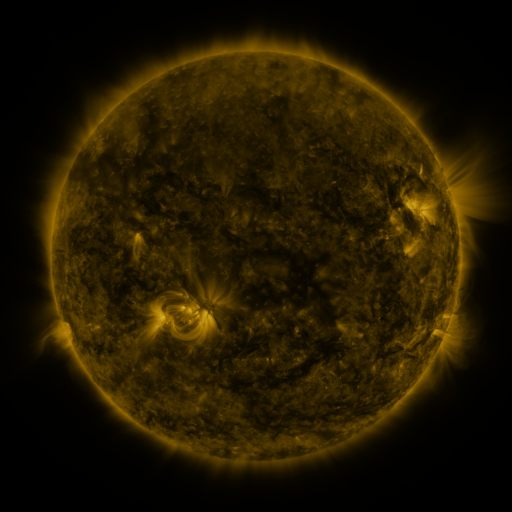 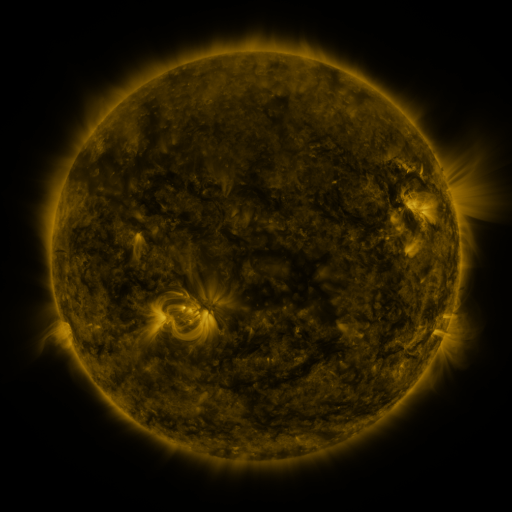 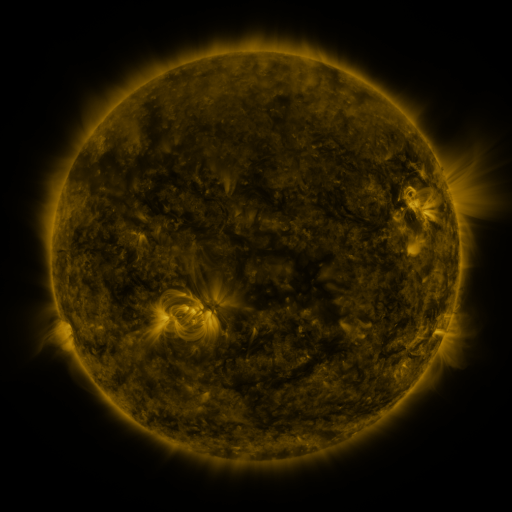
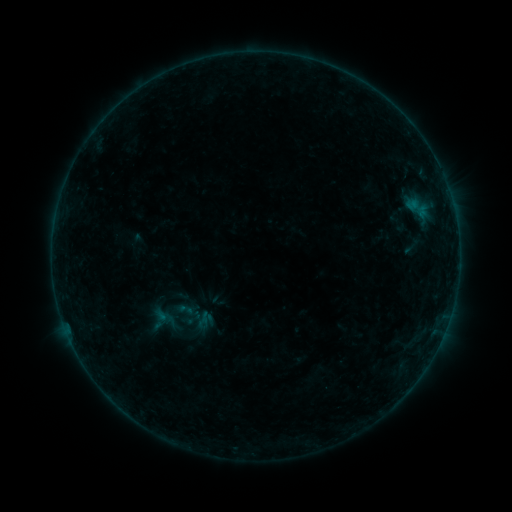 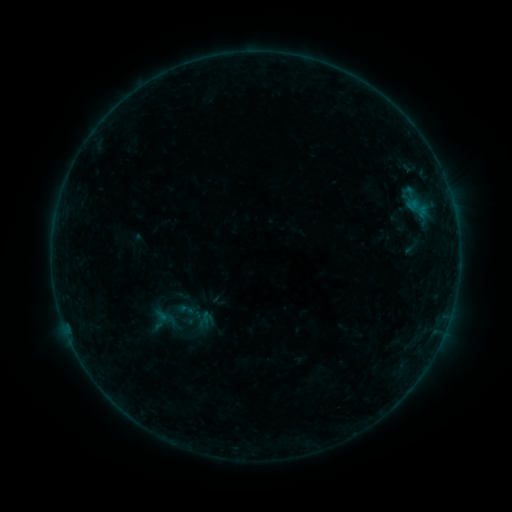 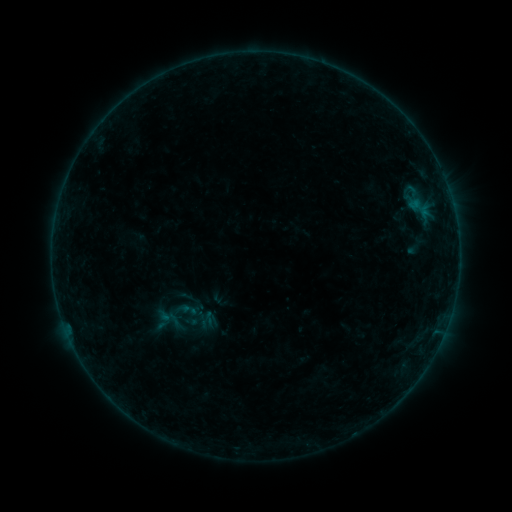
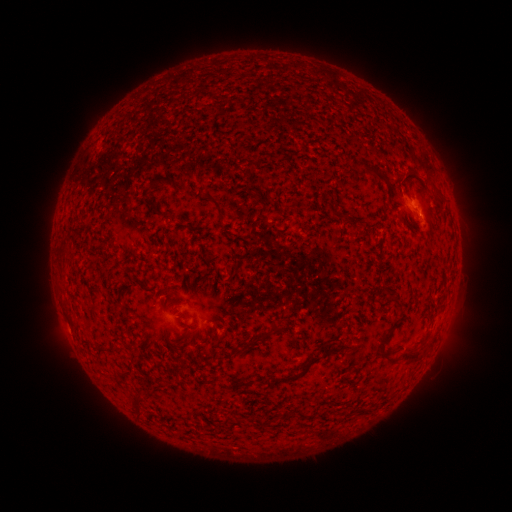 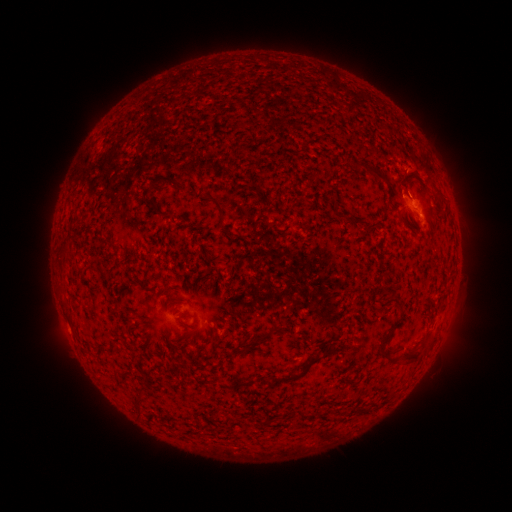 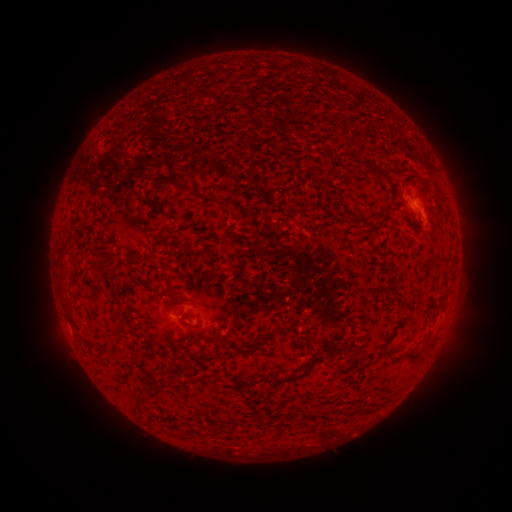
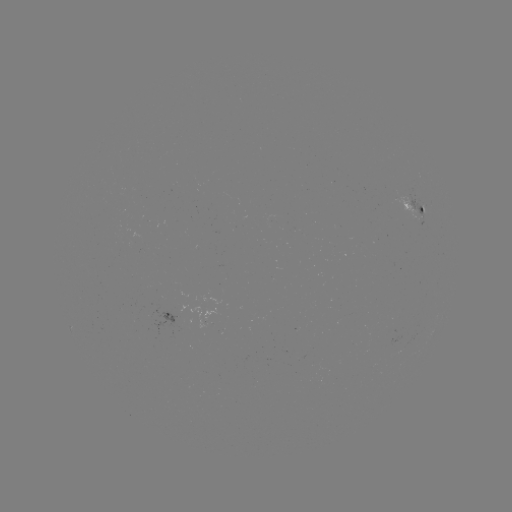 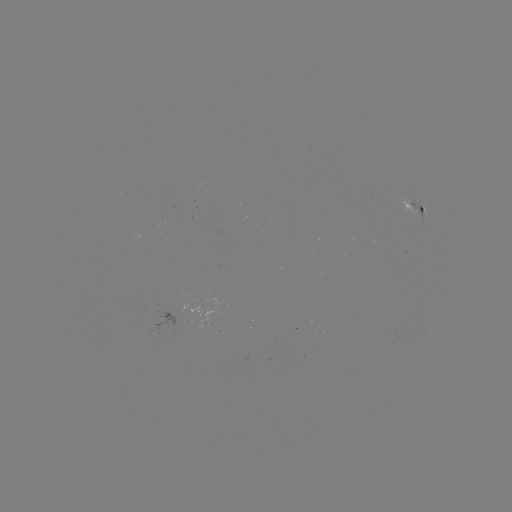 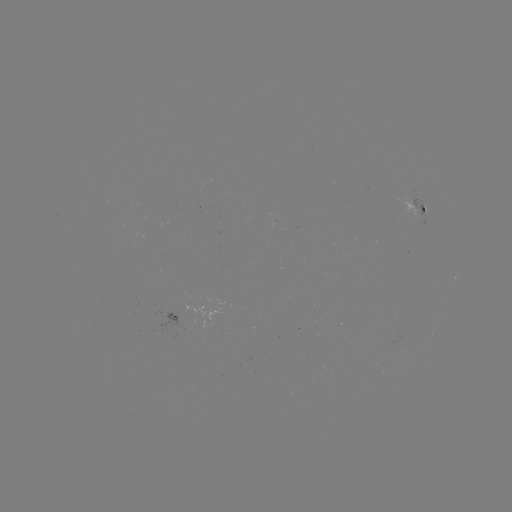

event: flare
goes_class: B3.0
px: (408, 192)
